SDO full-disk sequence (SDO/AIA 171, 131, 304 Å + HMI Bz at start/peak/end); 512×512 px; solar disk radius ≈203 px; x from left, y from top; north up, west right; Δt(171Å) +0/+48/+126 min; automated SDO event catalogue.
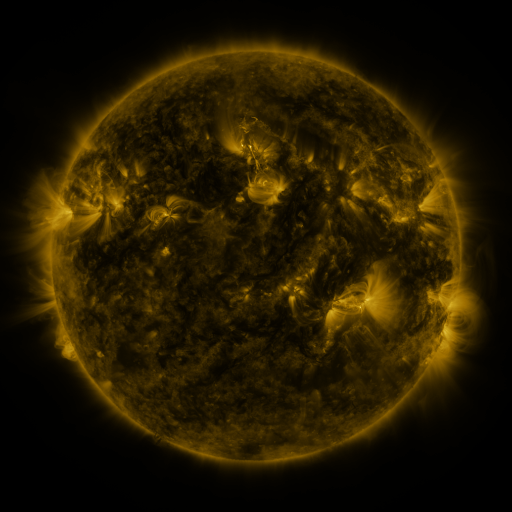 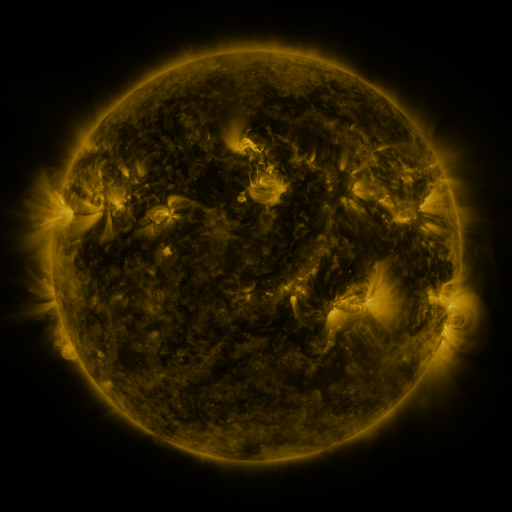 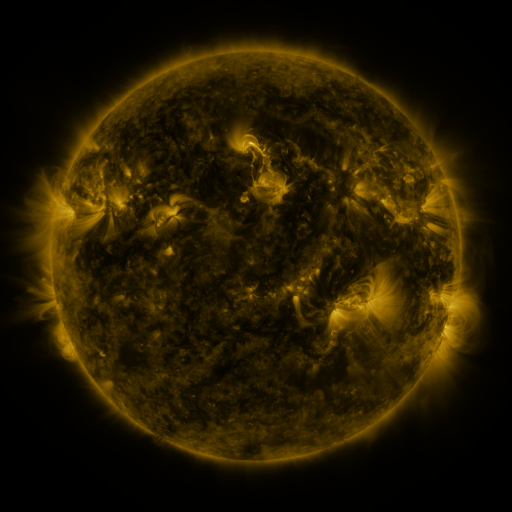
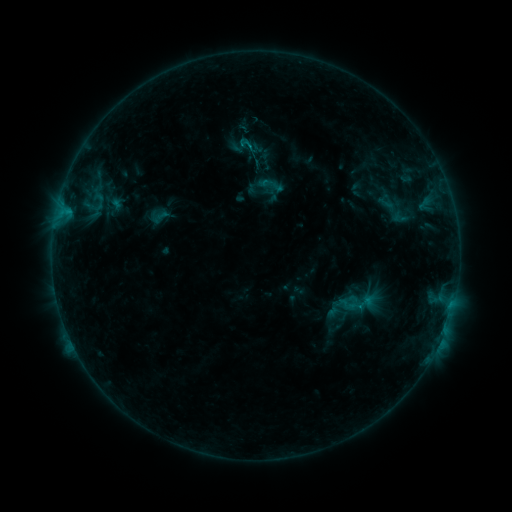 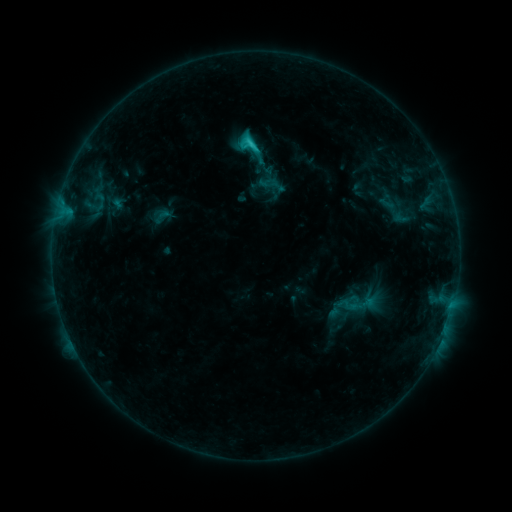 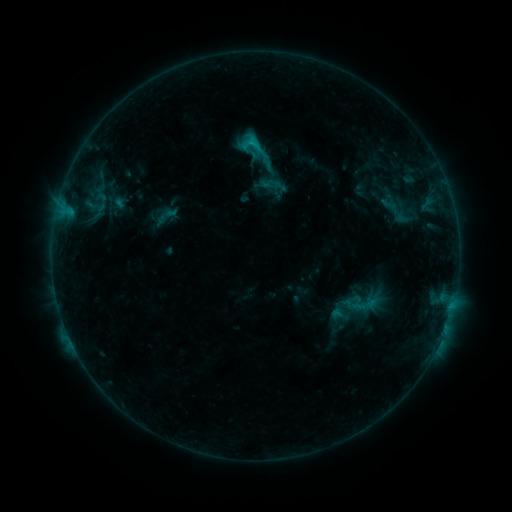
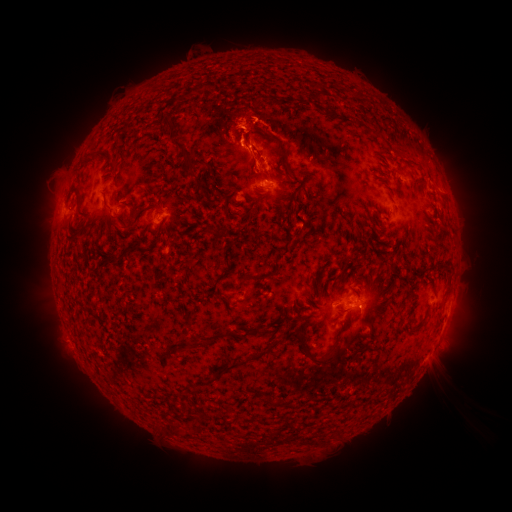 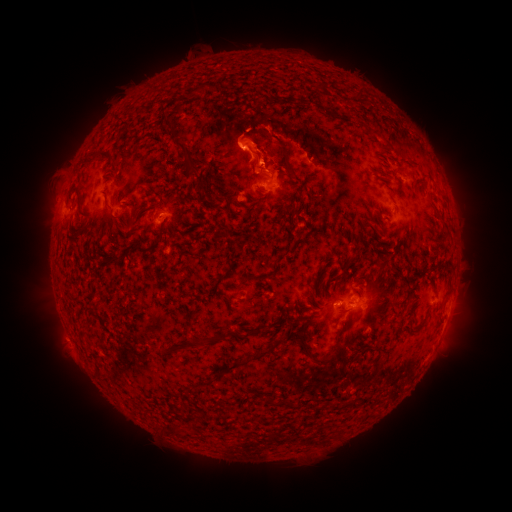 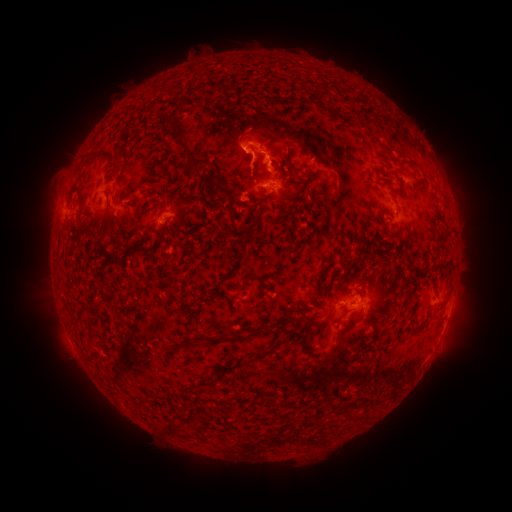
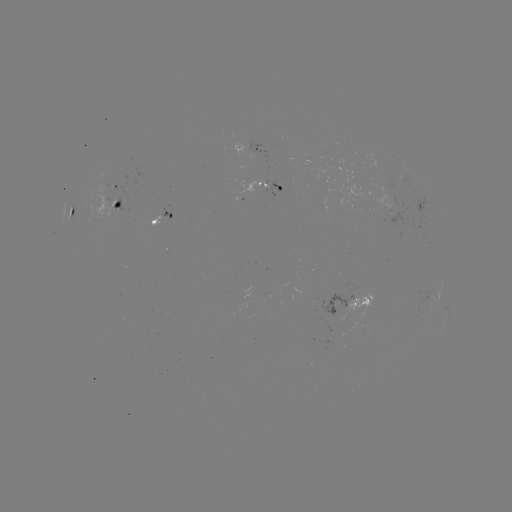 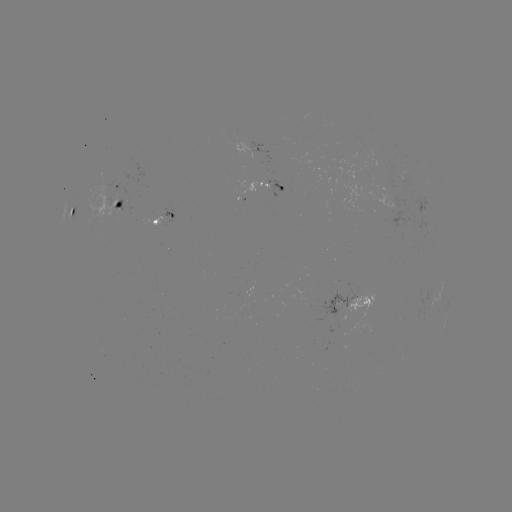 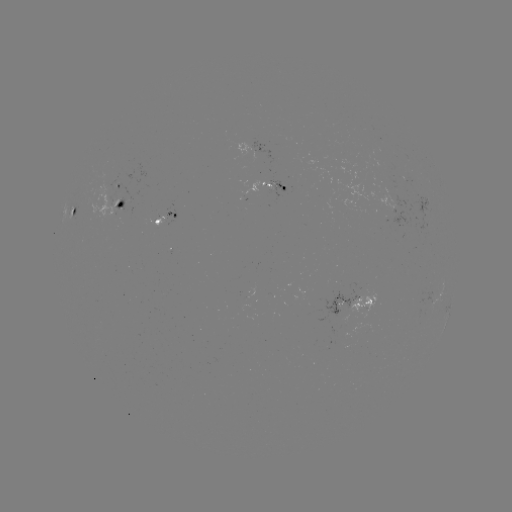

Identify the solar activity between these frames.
C2.0 flare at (252, 144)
